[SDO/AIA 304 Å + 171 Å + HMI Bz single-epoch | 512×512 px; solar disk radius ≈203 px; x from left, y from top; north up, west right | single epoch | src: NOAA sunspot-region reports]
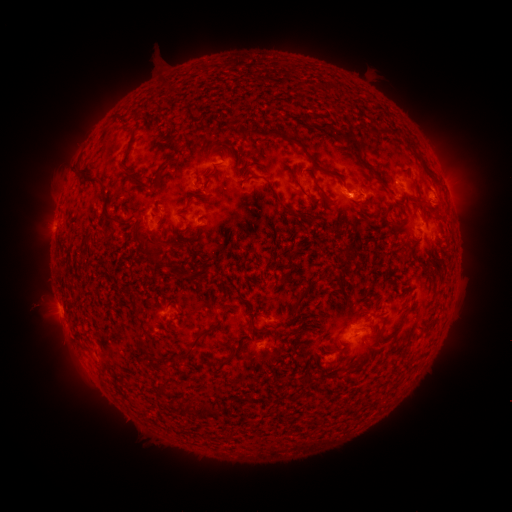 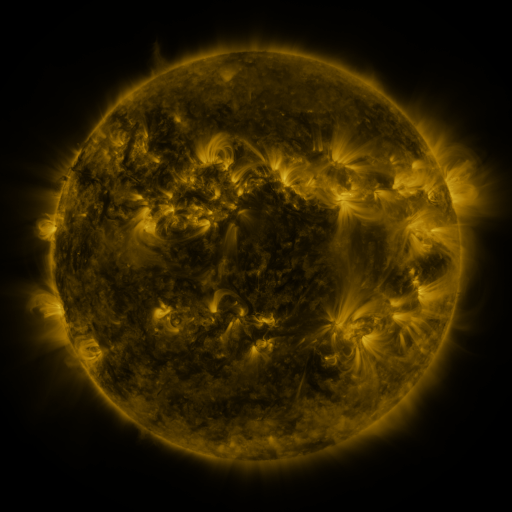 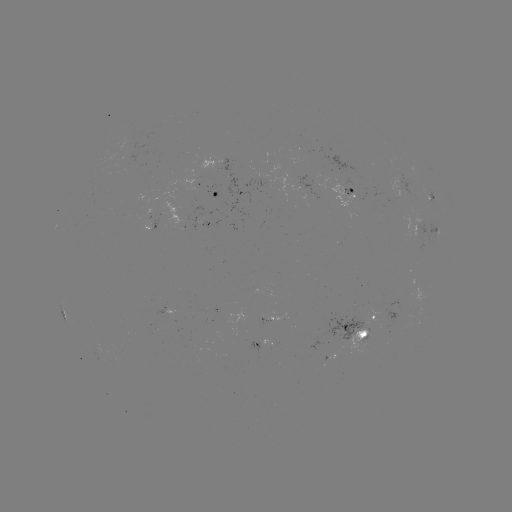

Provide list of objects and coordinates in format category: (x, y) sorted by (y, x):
spotted active region: (353, 193)
spotted active region: (212, 196)
spotted active region: (400, 196)
spotted active region: (161, 220)
spotted active region: (210, 224)
spotted active region: (429, 234)
spotted active region: (356, 332)
spotted active region: (265, 339)
spotted active region: (265, 345)
